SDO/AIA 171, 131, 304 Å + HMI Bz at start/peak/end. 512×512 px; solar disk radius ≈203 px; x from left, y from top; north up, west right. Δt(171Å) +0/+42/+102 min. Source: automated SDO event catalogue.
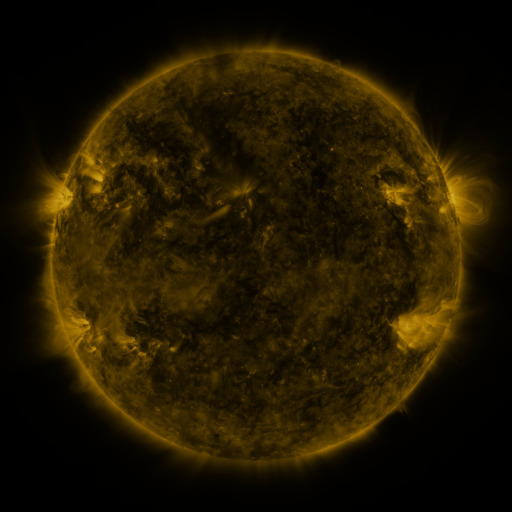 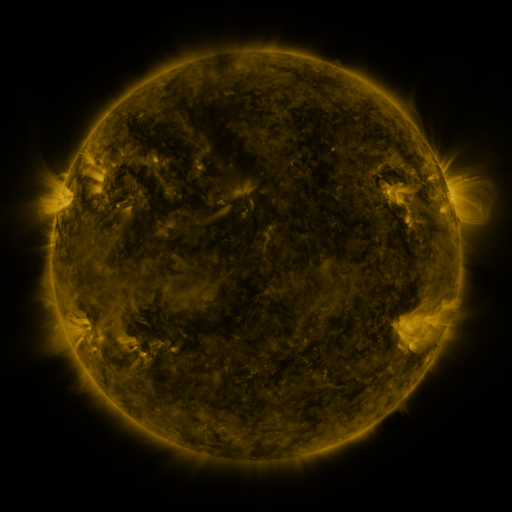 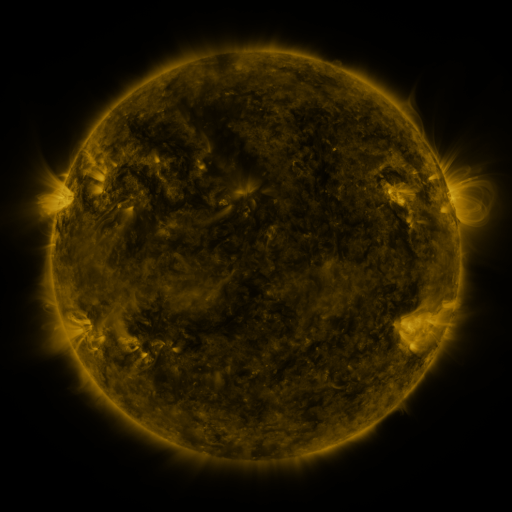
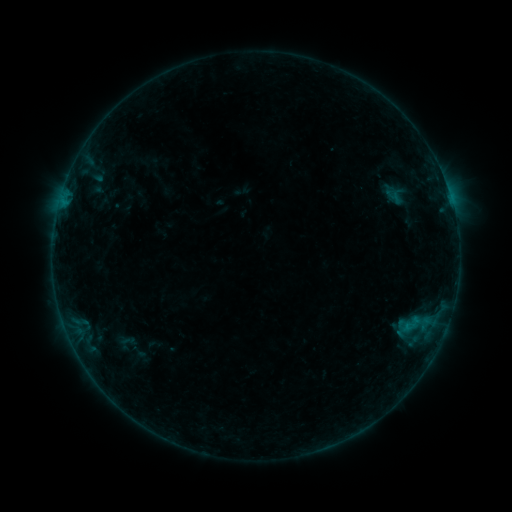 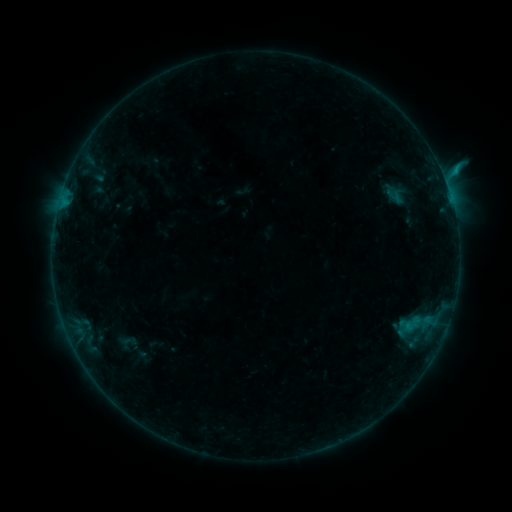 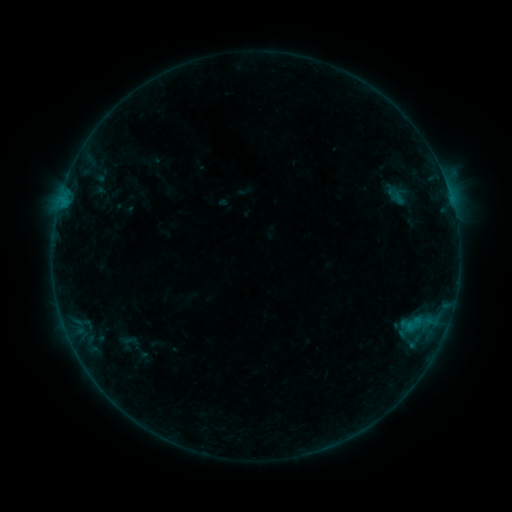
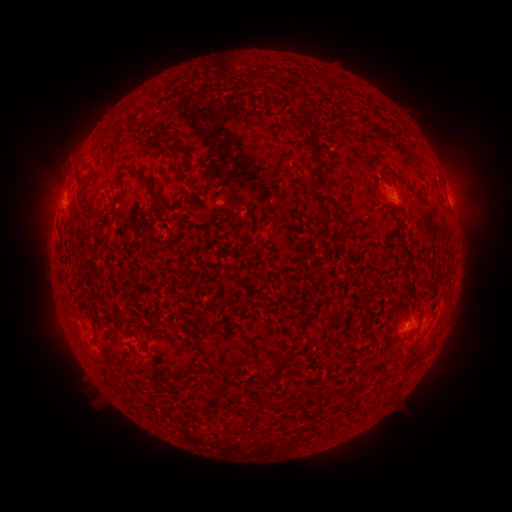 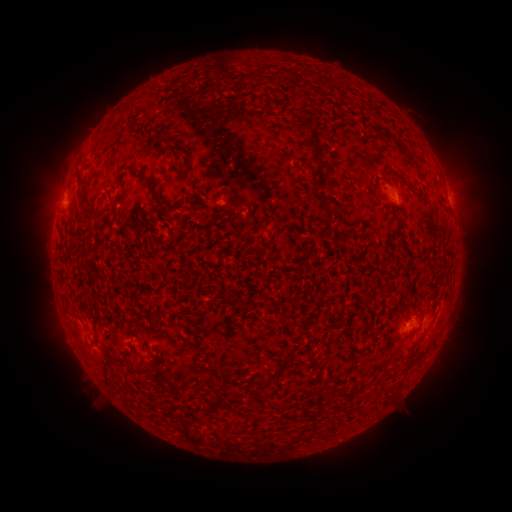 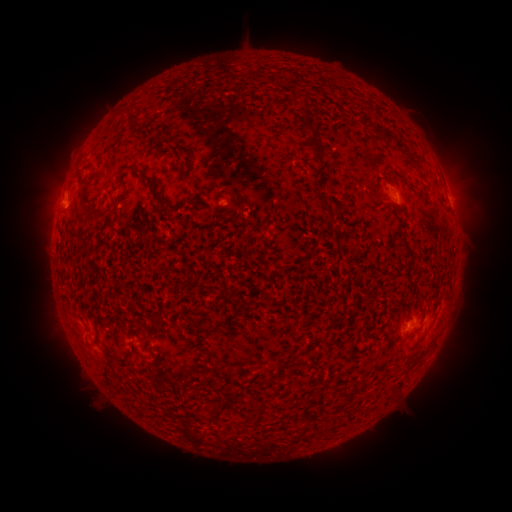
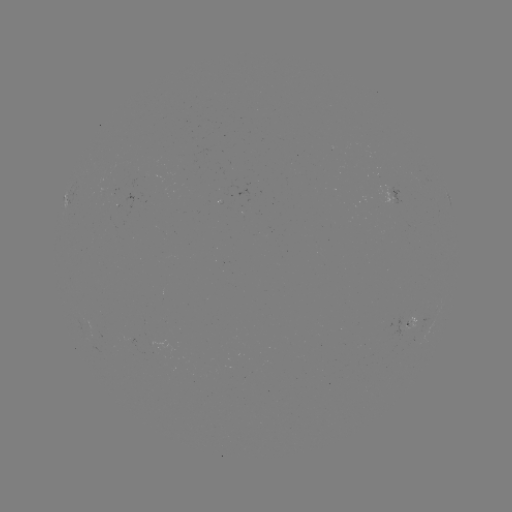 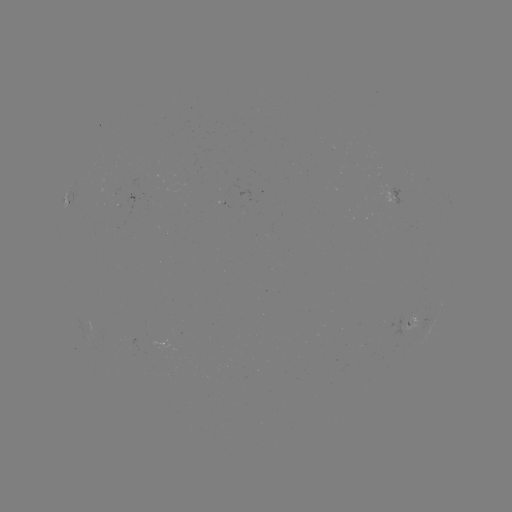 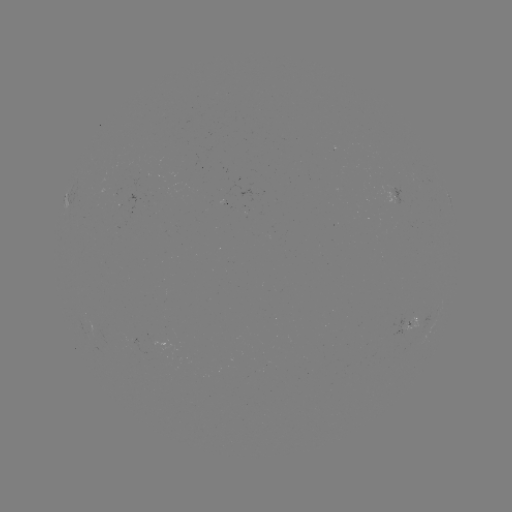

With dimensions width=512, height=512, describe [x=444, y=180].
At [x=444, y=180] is B6.4 flare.